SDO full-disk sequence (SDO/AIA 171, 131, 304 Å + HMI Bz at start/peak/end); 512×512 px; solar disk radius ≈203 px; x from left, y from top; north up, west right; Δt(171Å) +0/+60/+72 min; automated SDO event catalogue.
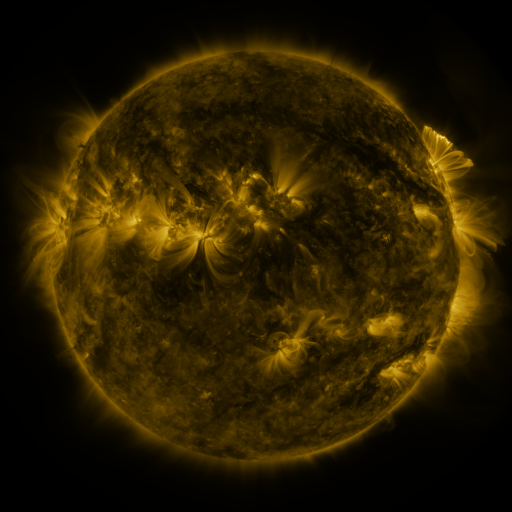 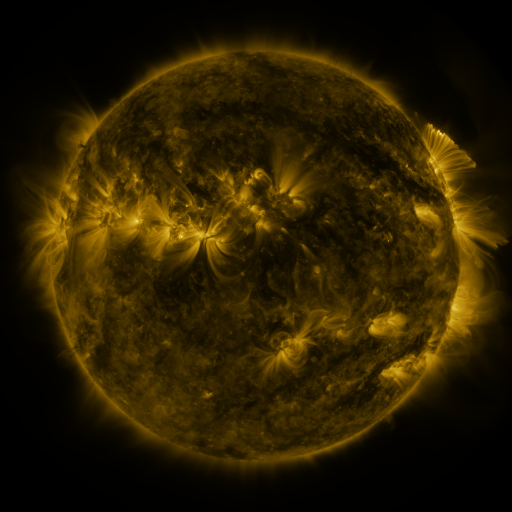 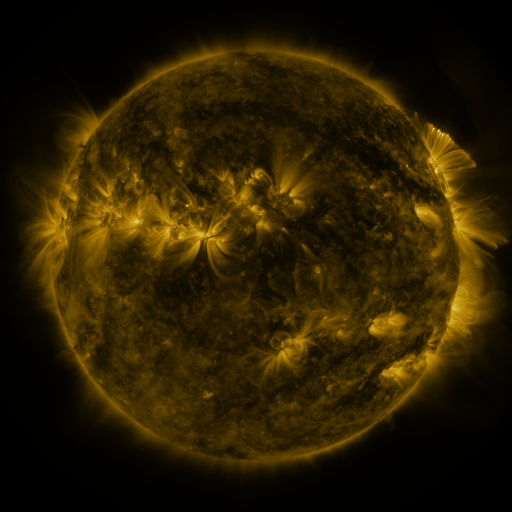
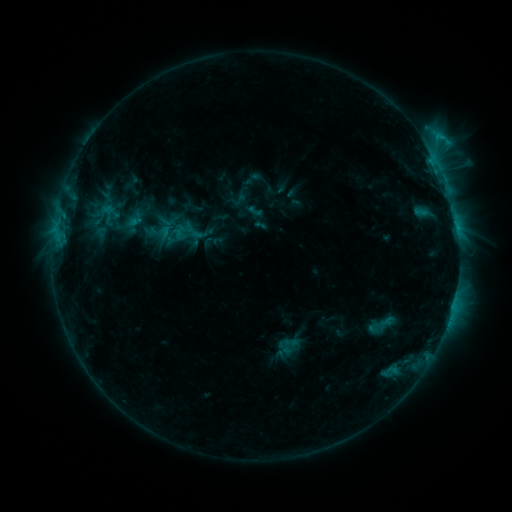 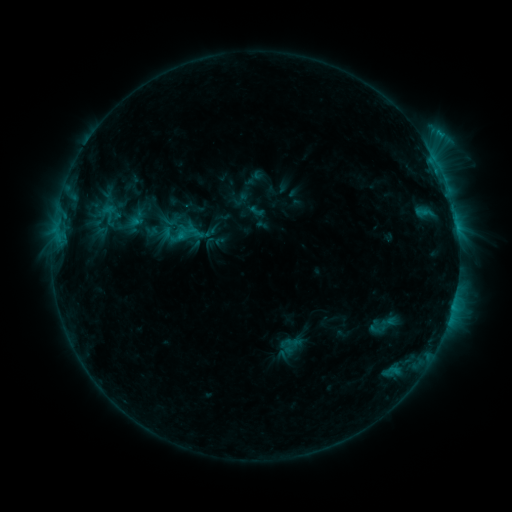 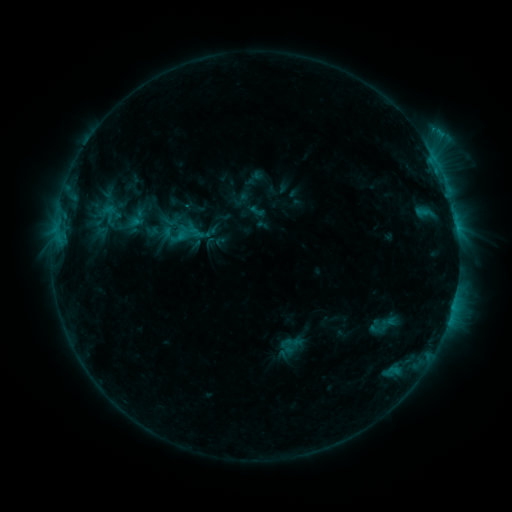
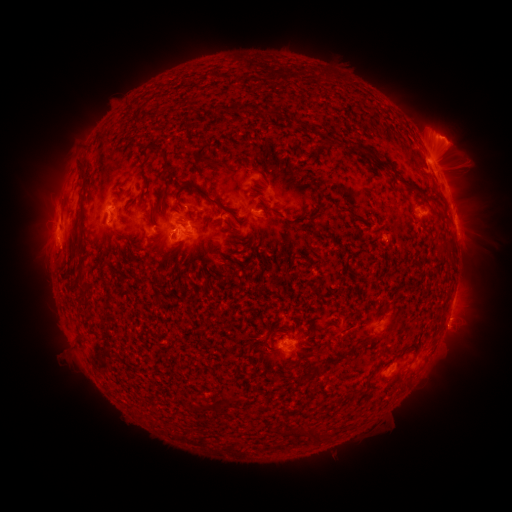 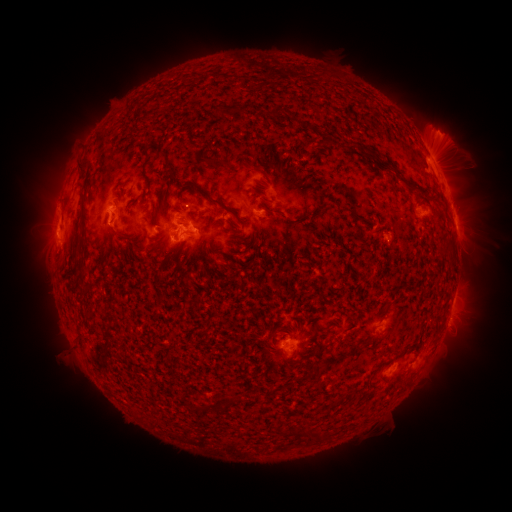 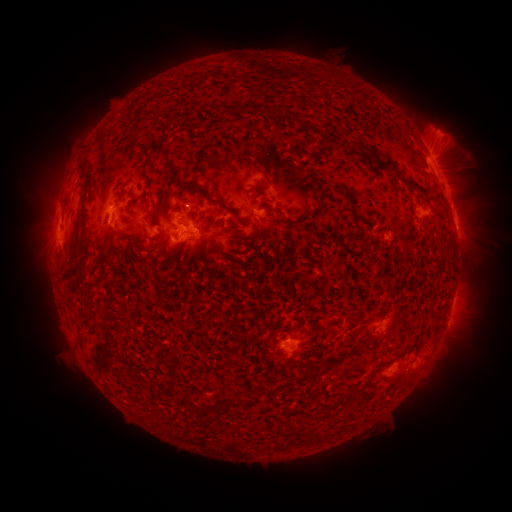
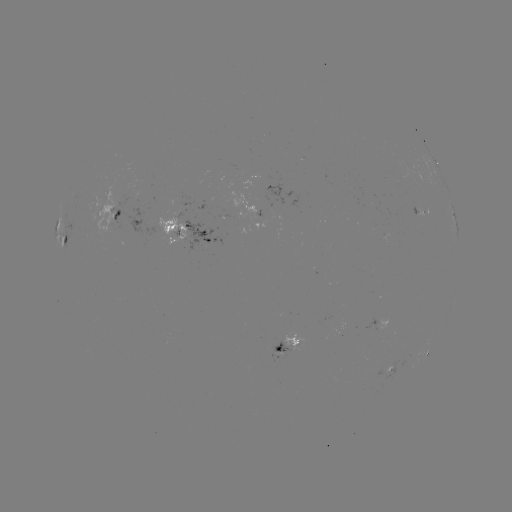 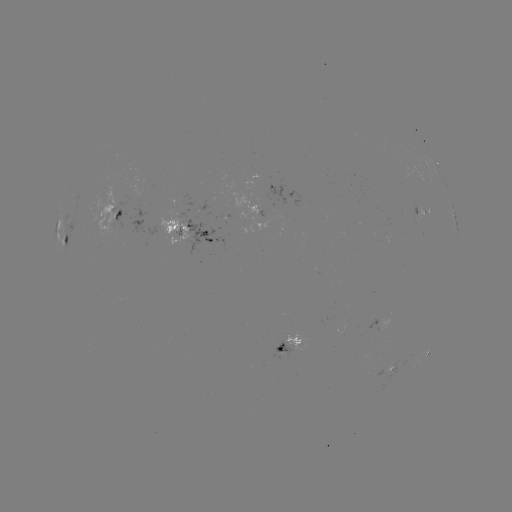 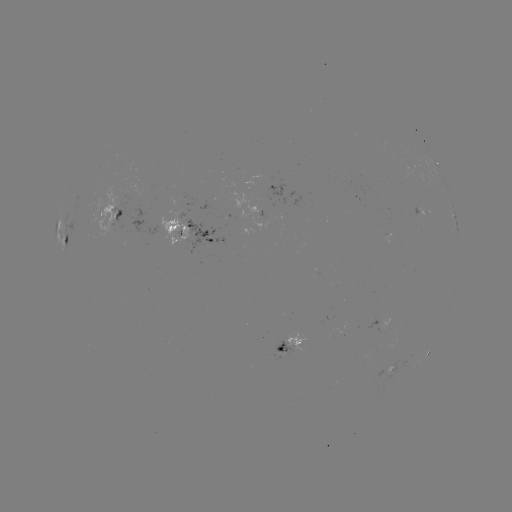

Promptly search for emerging-flux region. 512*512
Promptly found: (386, 236).